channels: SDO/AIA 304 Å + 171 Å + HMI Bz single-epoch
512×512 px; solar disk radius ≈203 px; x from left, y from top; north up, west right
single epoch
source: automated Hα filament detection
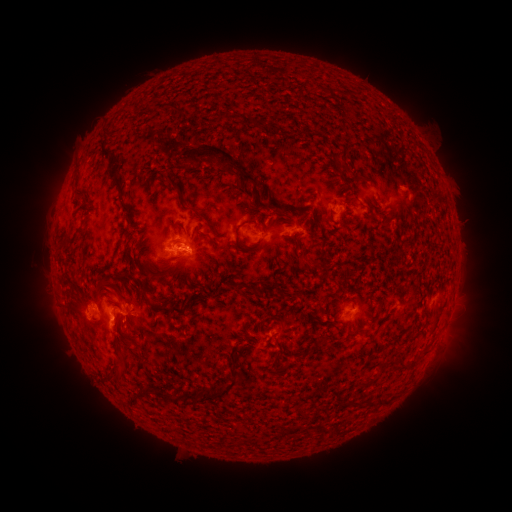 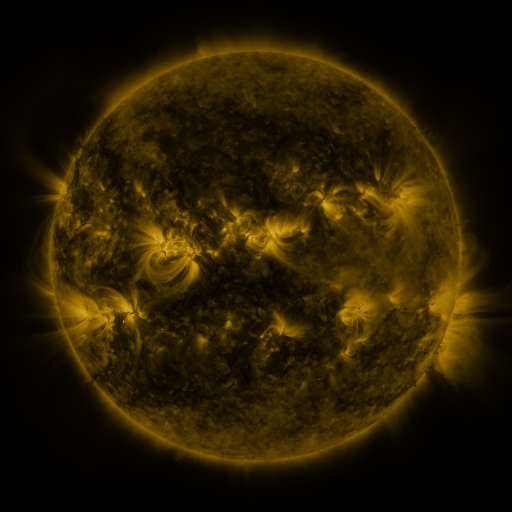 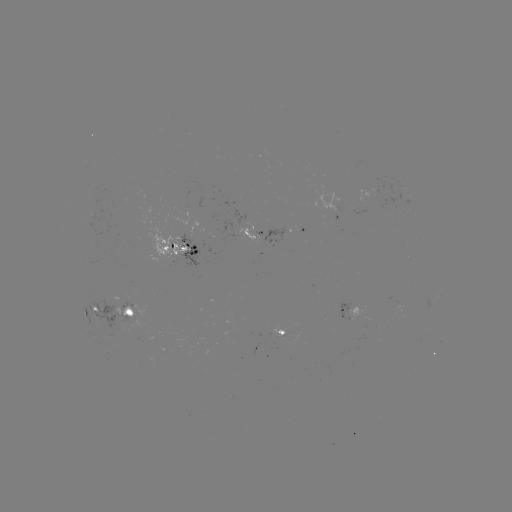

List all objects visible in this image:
filament: (168, 108)
filament: (256, 123)
filament: (108, 155)
filament: (219, 157)
filament: (343, 164)
filament: (361, 176)
filament: (116, 184)
filament: (171, 184)
filament: (78, 196)
filament: (348, 200)
filament: (330, 212)
filament: (278, 213)
filament: (307, 214)
filament: (207, 221)
filament: (134, 227)
filament: (236, 233)
filament: (292, 239)
filament: (216, 244)
filament: (309, 261)
filament: (164, 262)
filament: (104, 285)
filament: (258, 289)
filament: (145, 294)
filament: (168, 311)
filament: (119, 330)
filament: (322, 339)
filament: (139, 347)
filament: (426, 350)
filament: (404, 362)
filament: (122, 365)
filament: (374, 378)
filament: (150, 391)
filament: (225, 392)
filament: (192, 397)
filament: (168, 398)
filament: (384, 400)
filament: (136, 401)
filament: (355, 403)
